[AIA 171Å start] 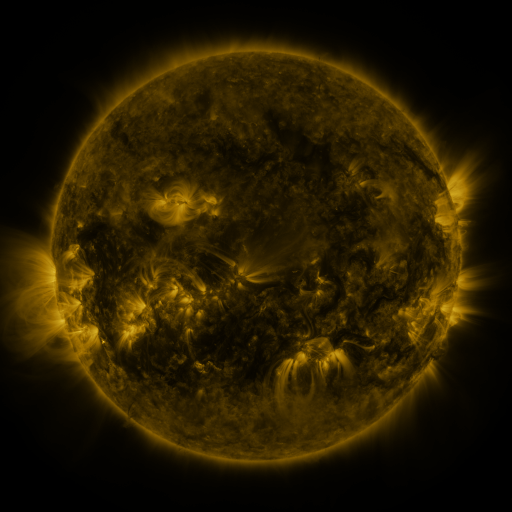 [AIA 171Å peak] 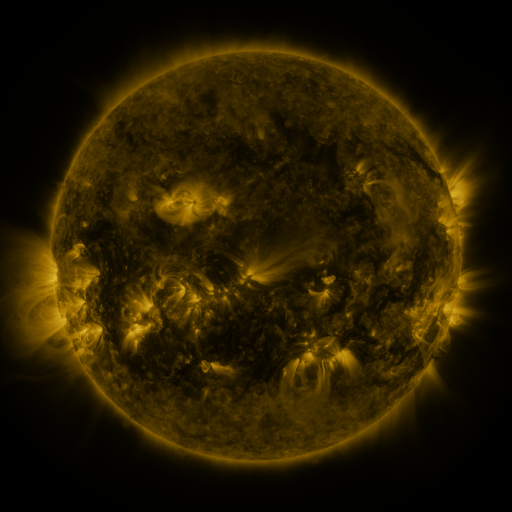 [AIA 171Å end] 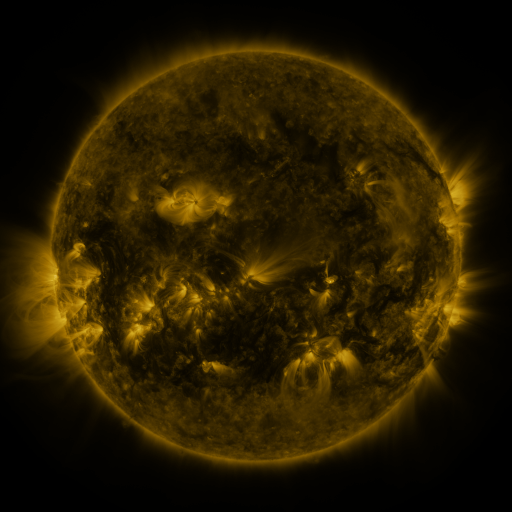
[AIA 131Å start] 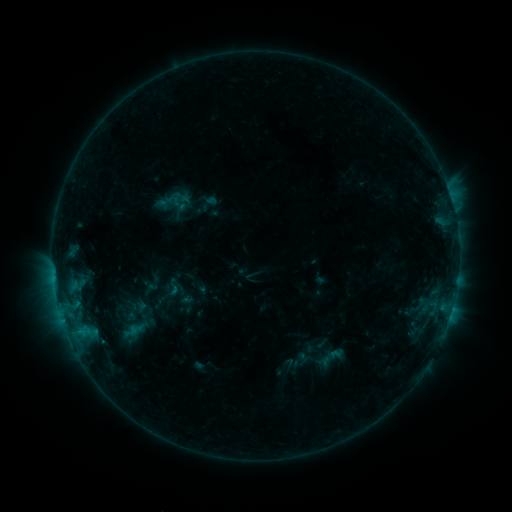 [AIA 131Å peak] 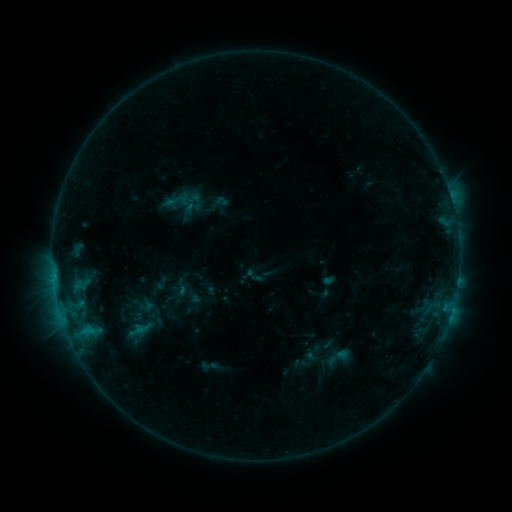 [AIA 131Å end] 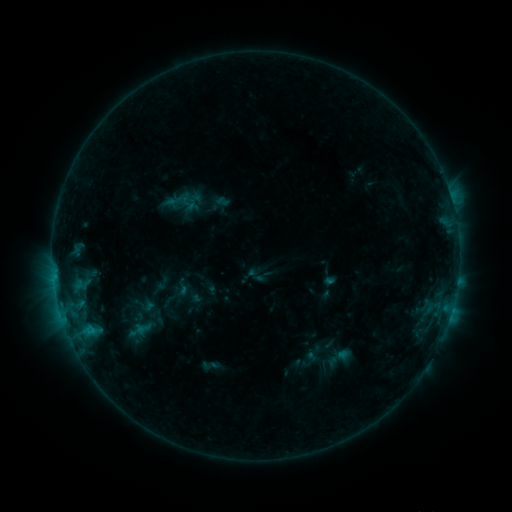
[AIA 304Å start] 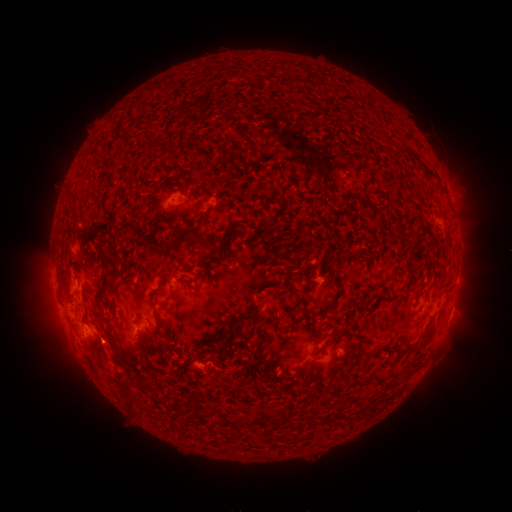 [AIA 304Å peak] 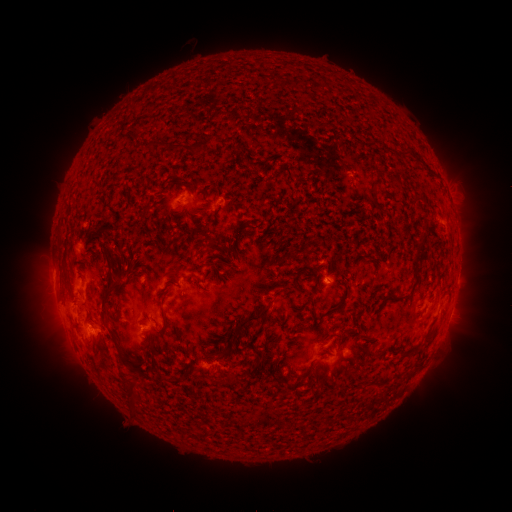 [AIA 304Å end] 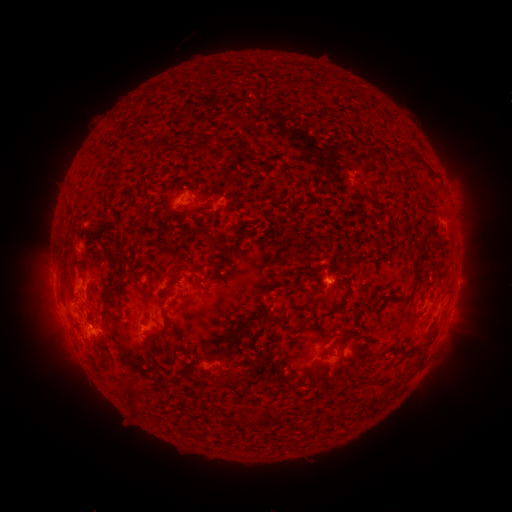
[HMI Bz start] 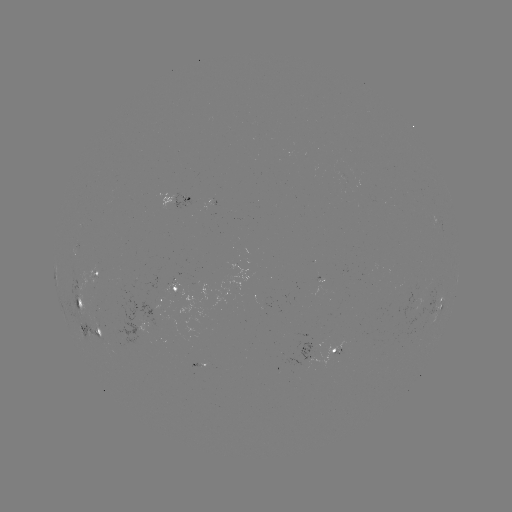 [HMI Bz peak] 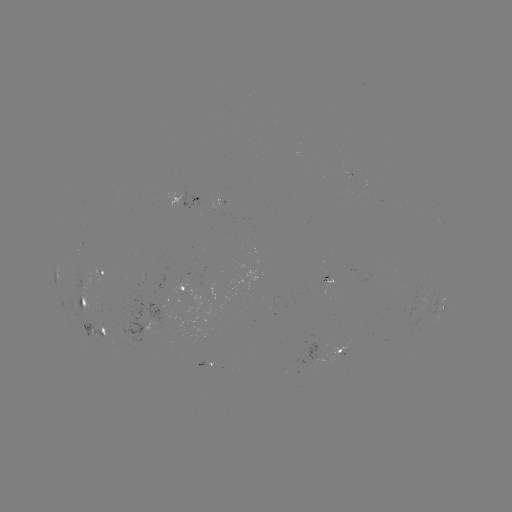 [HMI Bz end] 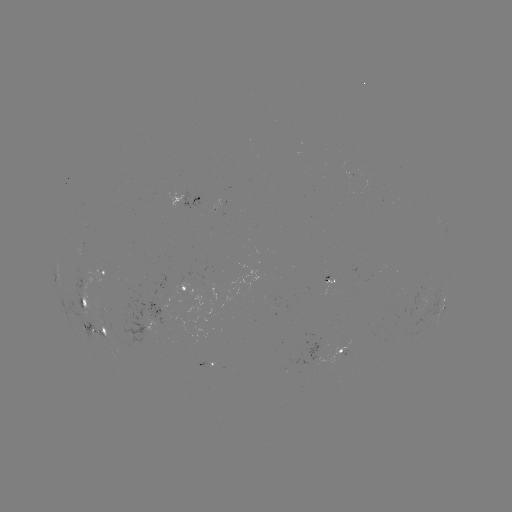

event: emerging-flux region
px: (204, 367)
